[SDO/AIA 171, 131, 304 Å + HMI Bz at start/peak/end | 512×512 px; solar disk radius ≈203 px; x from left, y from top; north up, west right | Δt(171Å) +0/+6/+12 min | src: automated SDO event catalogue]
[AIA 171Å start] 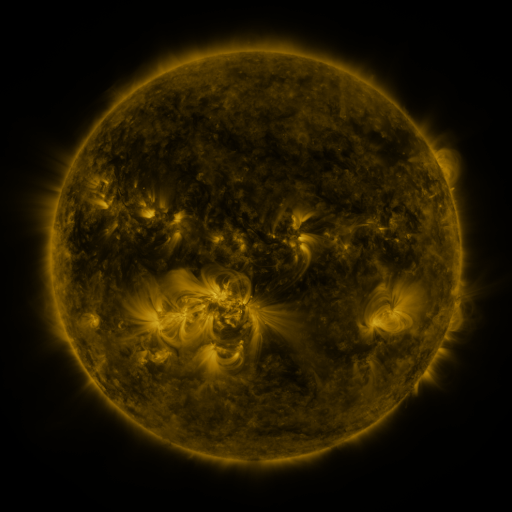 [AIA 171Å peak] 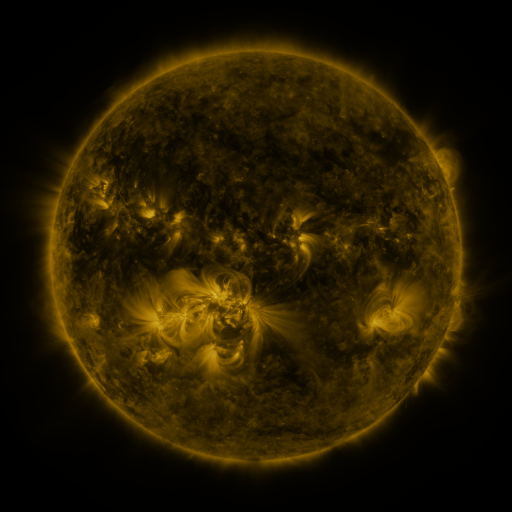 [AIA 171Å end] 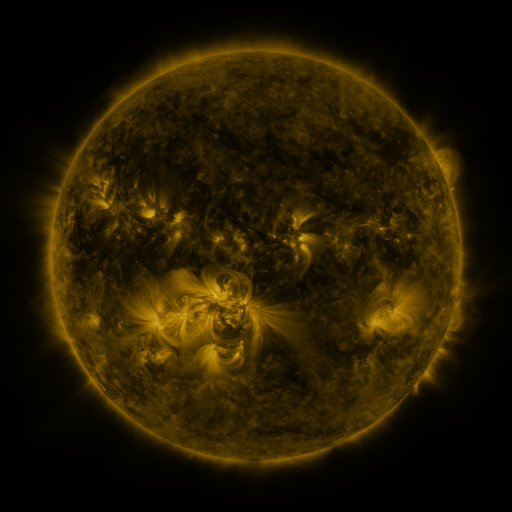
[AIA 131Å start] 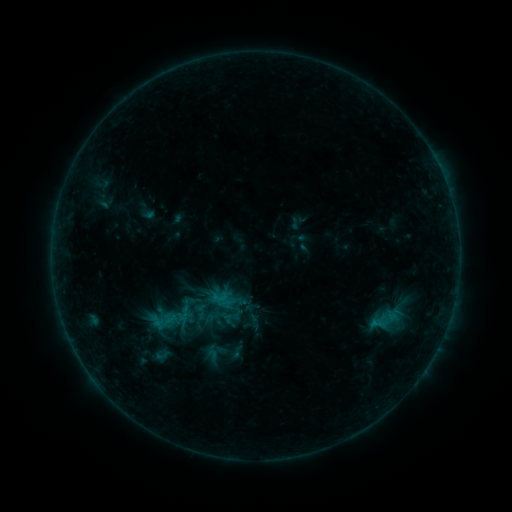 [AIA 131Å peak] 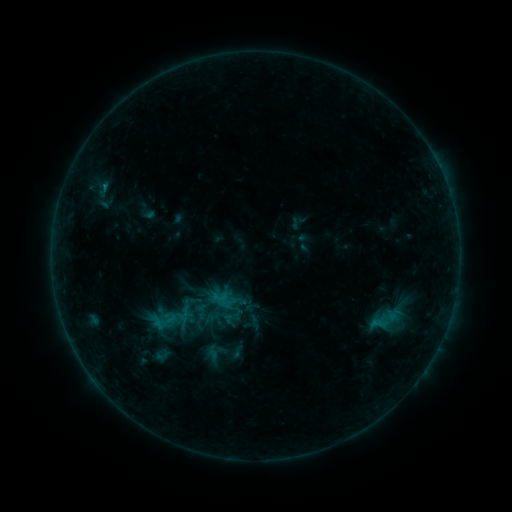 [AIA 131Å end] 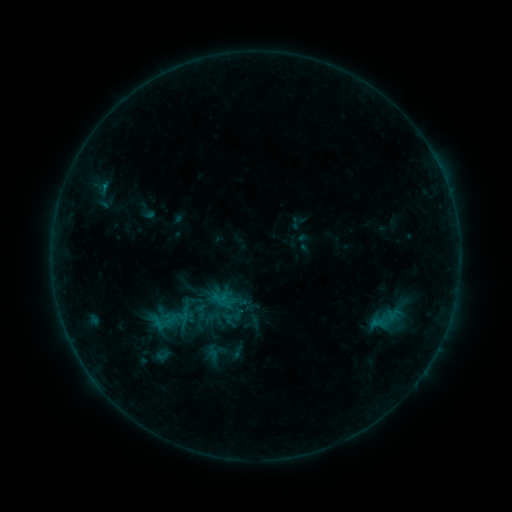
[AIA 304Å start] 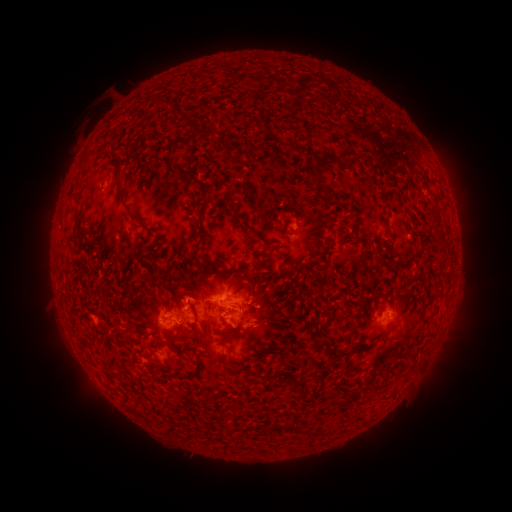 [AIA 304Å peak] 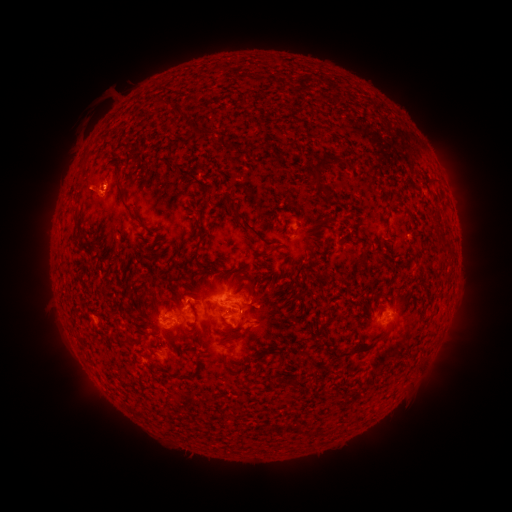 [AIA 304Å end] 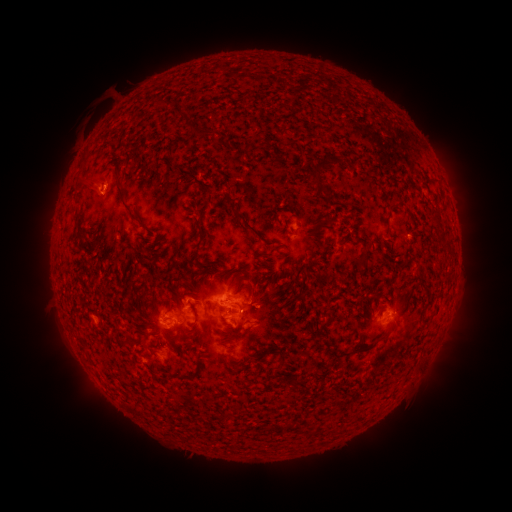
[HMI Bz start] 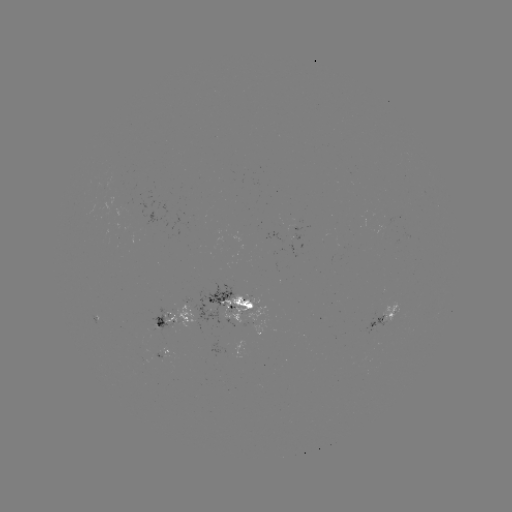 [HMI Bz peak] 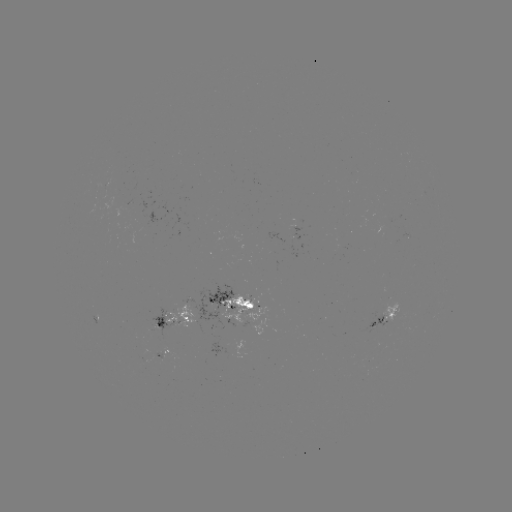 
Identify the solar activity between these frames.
eruption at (87, 184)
